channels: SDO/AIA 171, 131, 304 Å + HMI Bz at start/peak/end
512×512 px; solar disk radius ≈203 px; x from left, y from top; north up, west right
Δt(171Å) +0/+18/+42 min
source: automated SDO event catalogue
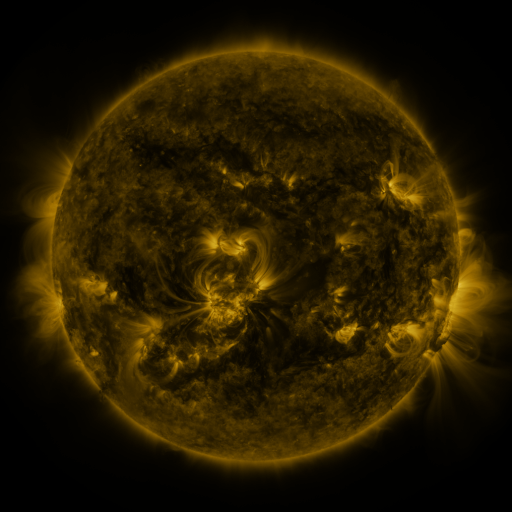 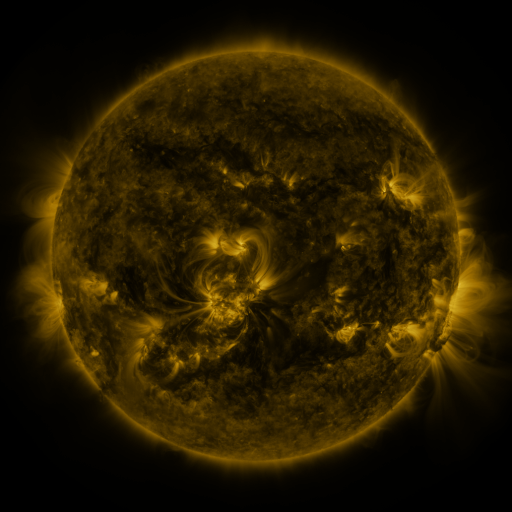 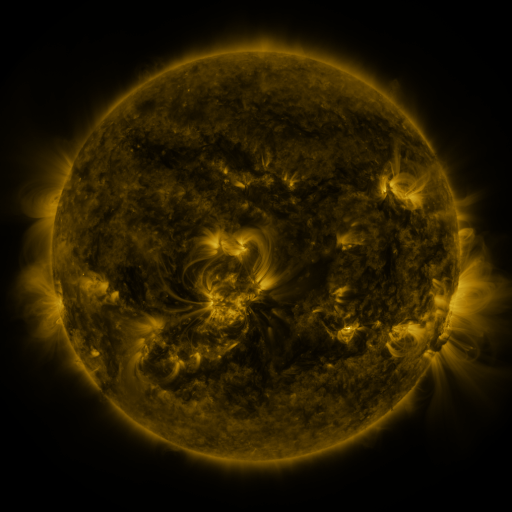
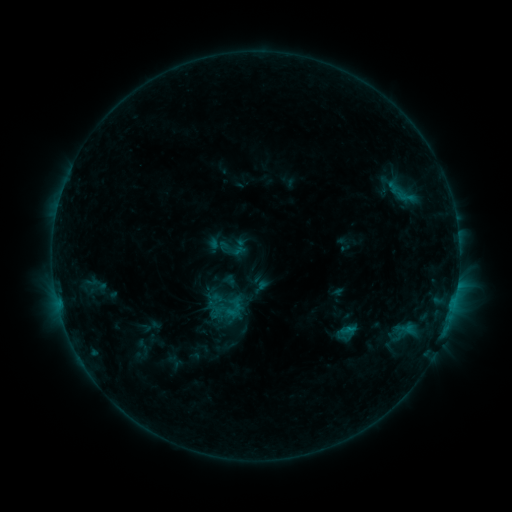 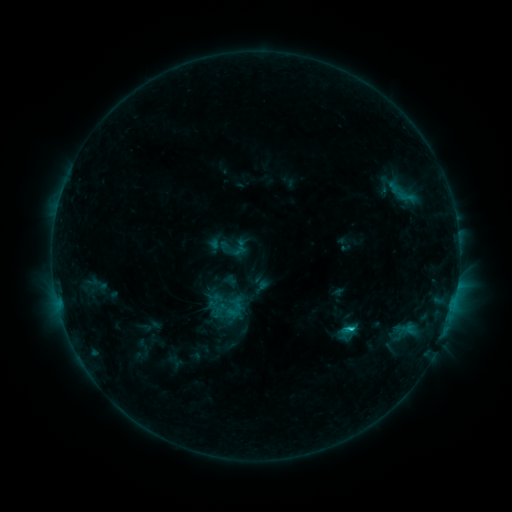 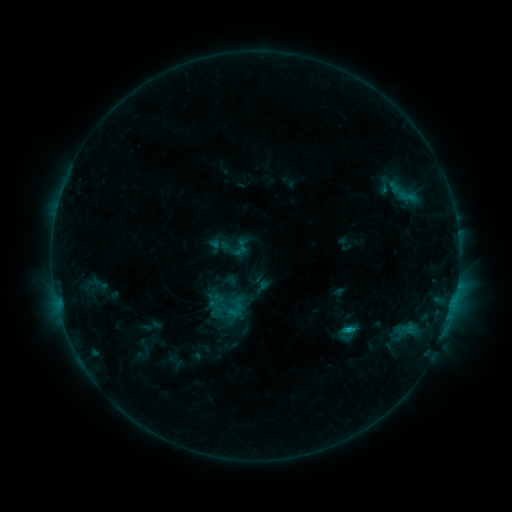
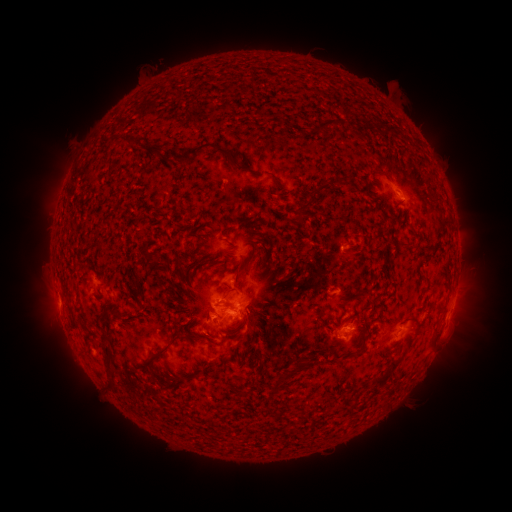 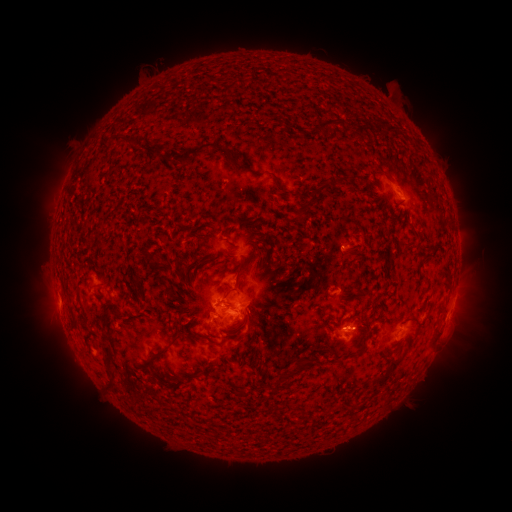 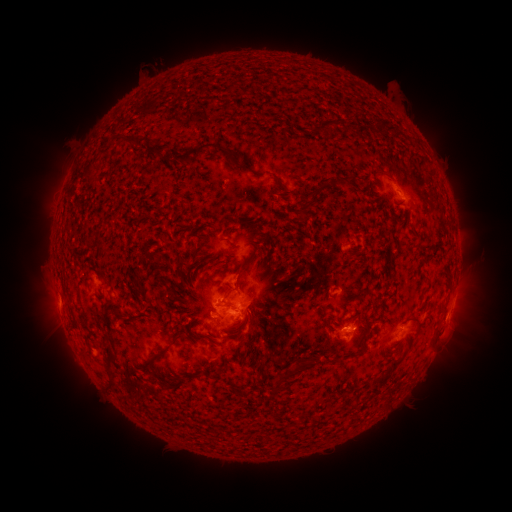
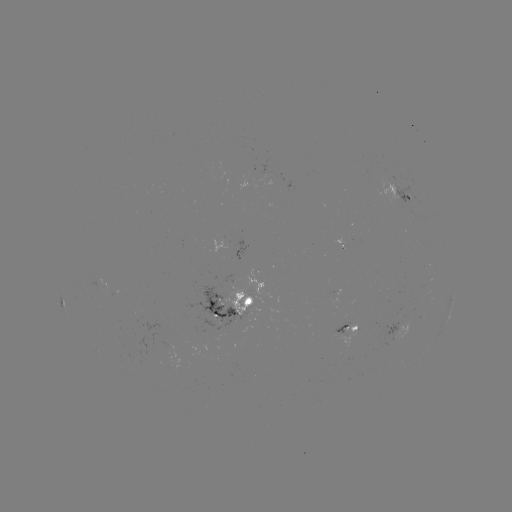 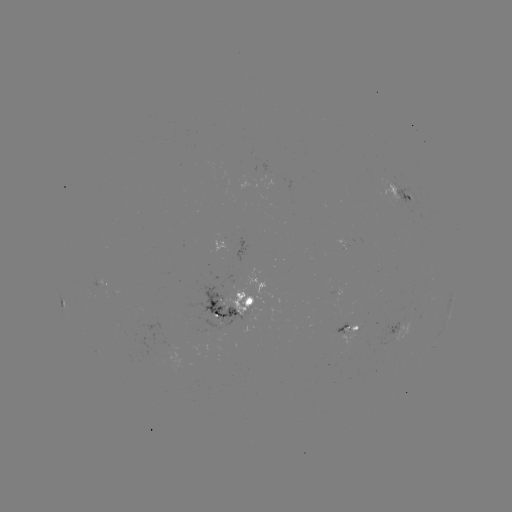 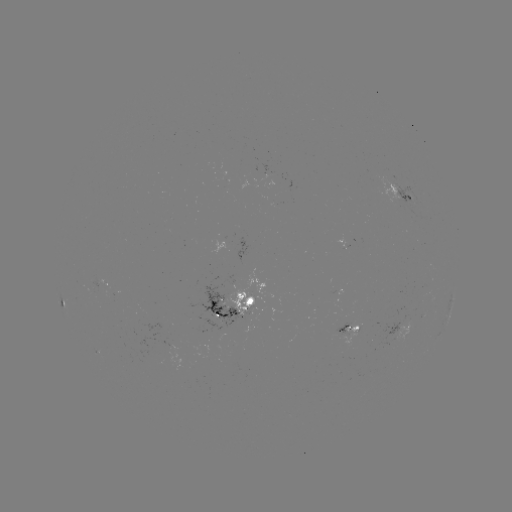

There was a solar flare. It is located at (350, 326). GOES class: C1.4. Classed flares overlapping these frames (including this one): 1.